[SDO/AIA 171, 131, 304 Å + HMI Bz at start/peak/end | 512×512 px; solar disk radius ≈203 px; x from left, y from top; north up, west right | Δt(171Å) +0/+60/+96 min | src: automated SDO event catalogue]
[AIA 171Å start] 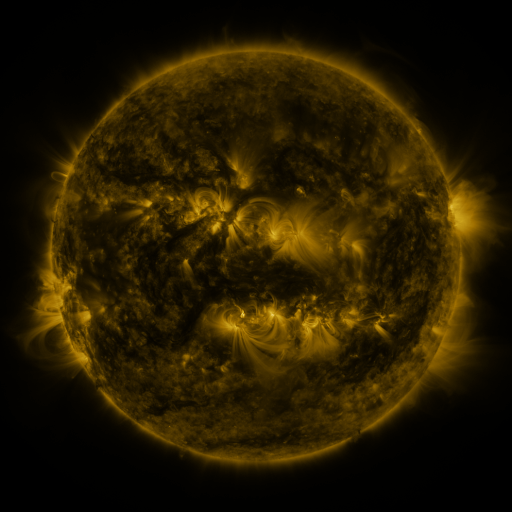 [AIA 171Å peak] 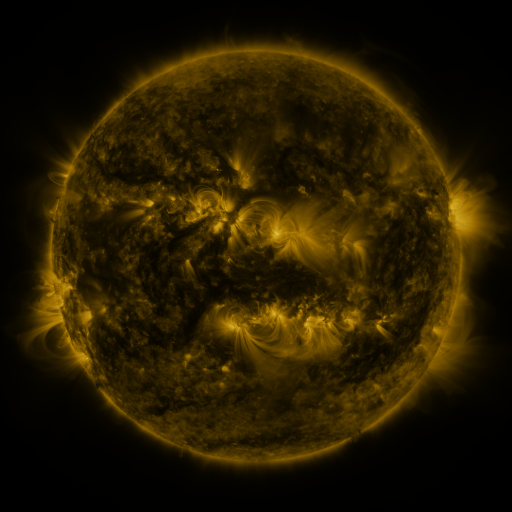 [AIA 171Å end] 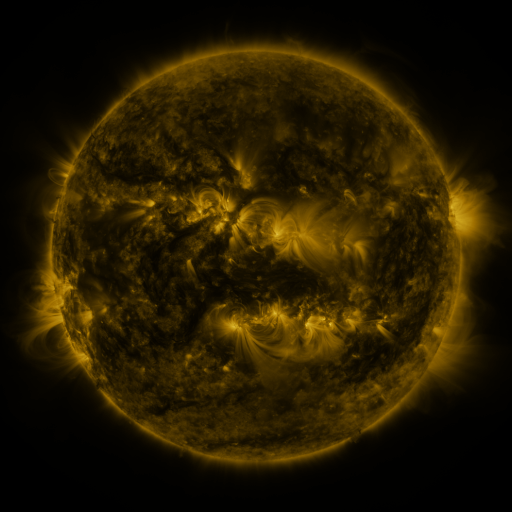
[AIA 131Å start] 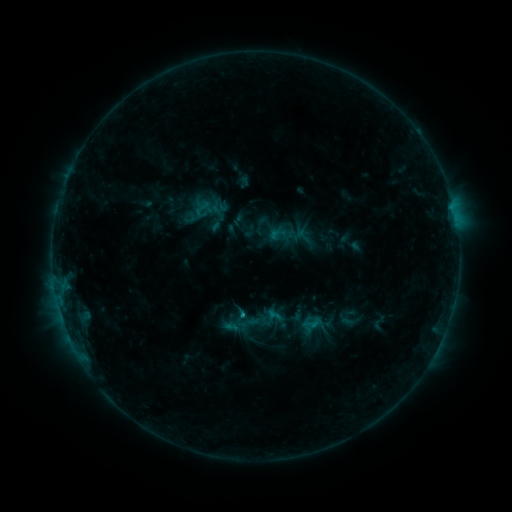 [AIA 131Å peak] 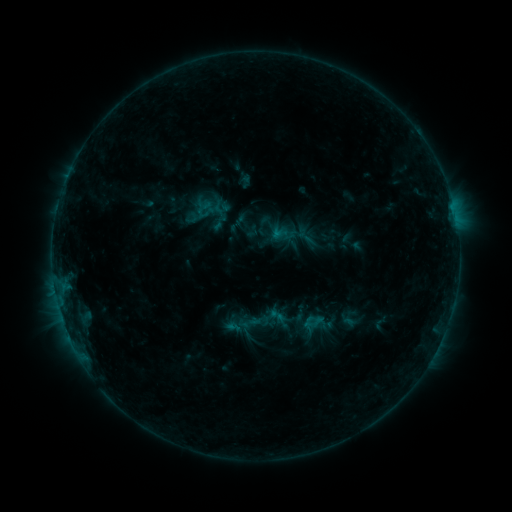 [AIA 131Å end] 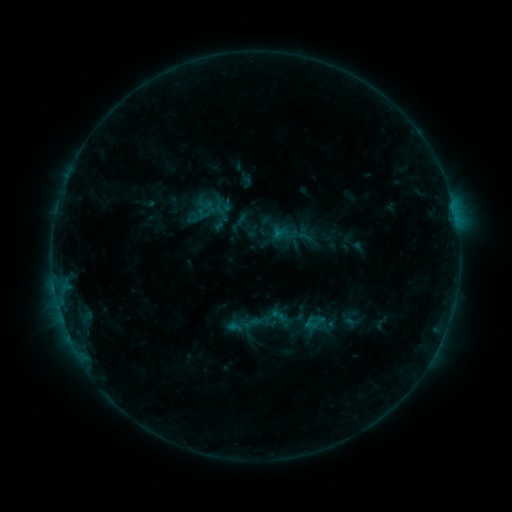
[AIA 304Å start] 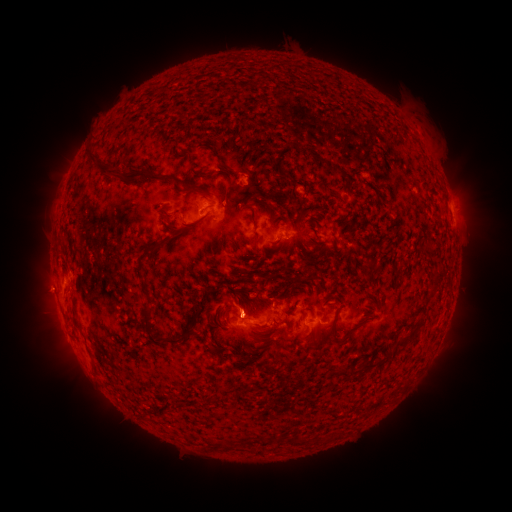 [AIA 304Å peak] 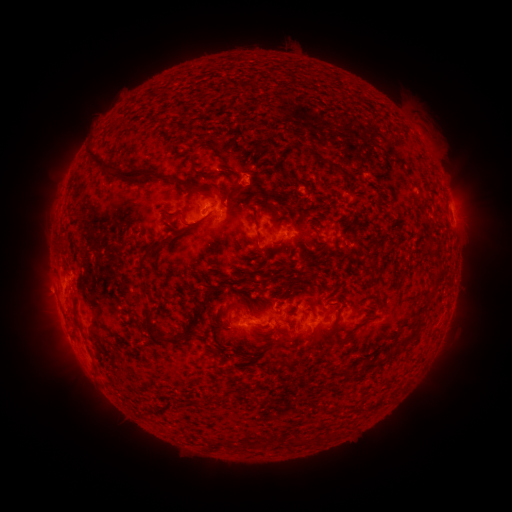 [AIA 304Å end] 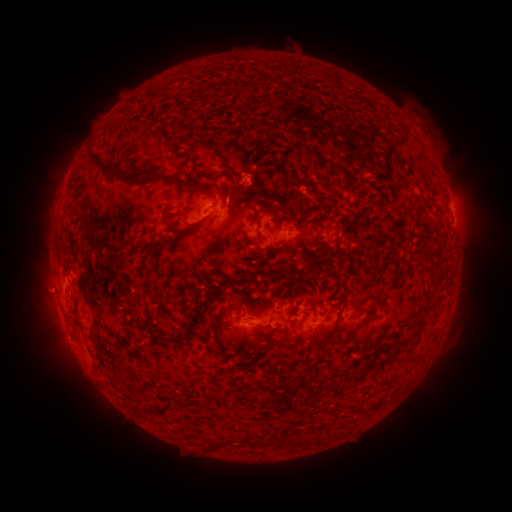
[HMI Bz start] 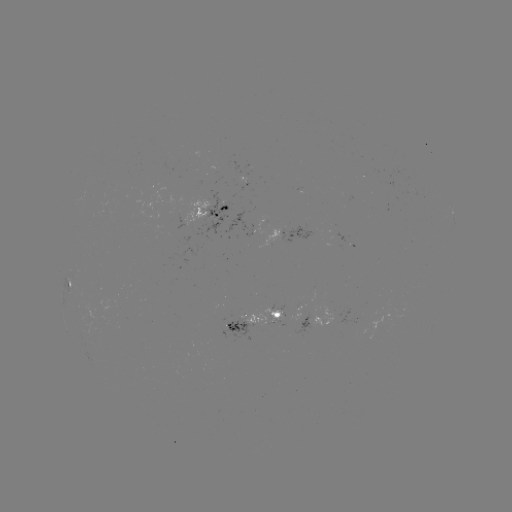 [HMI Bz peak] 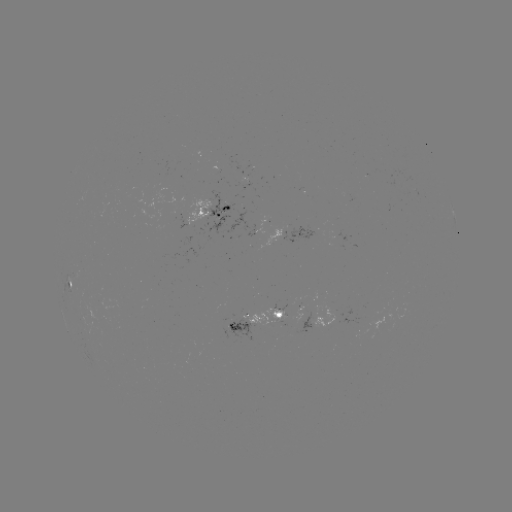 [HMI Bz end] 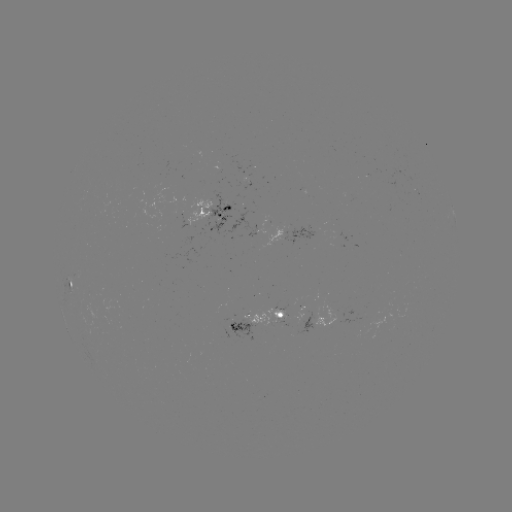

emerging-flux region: <bbox>240, 304, 279, 323</bbox>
